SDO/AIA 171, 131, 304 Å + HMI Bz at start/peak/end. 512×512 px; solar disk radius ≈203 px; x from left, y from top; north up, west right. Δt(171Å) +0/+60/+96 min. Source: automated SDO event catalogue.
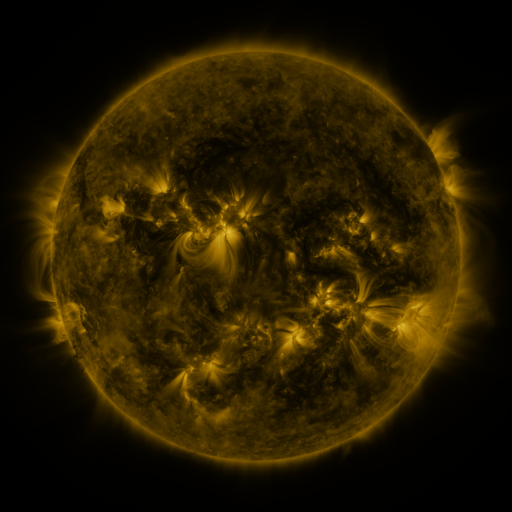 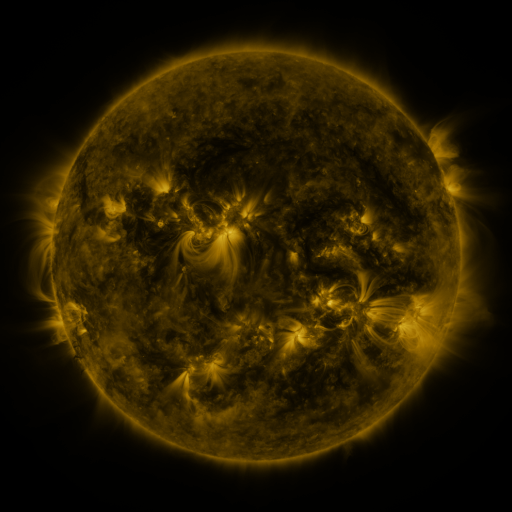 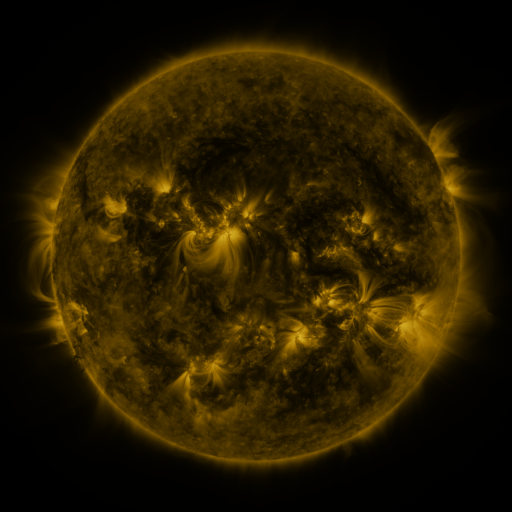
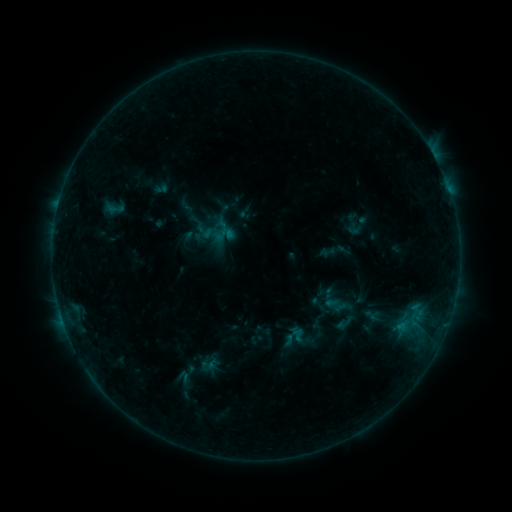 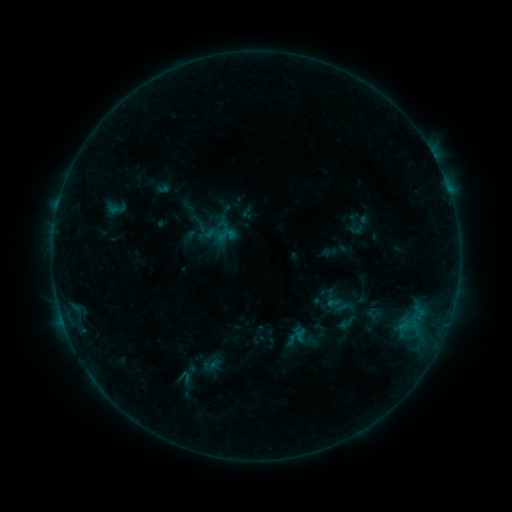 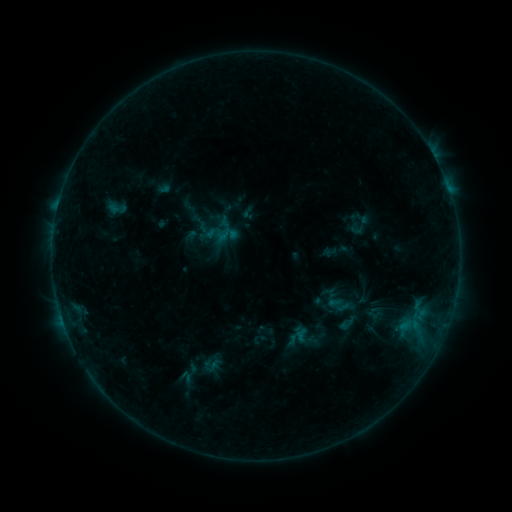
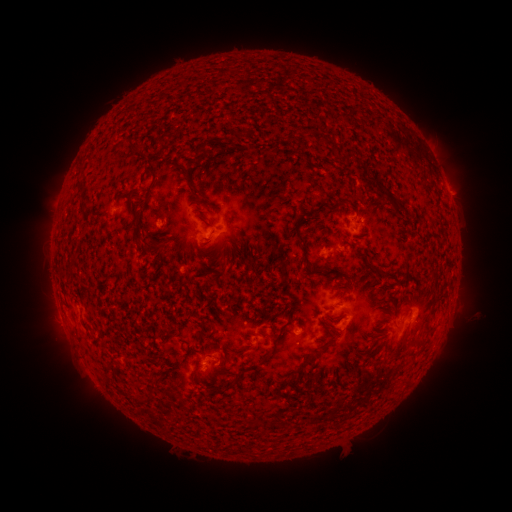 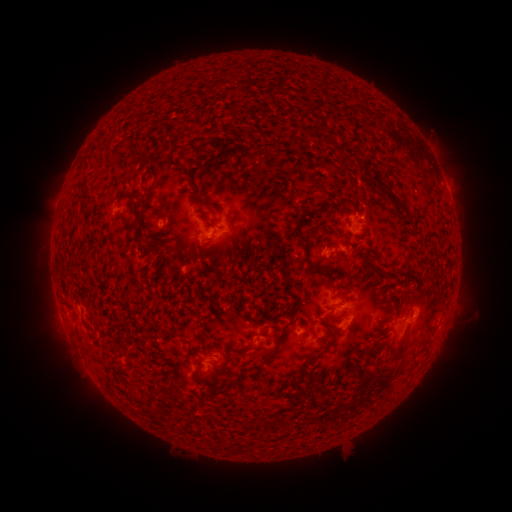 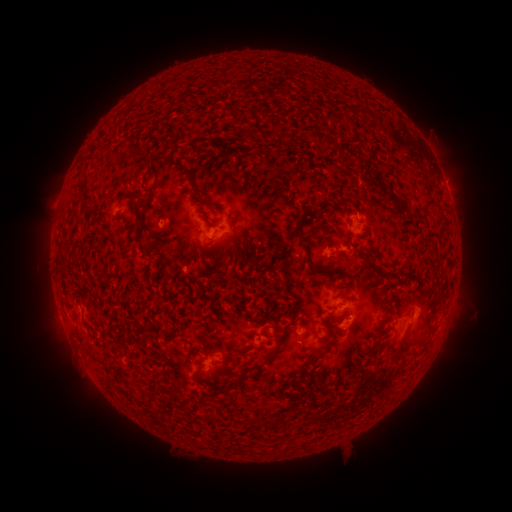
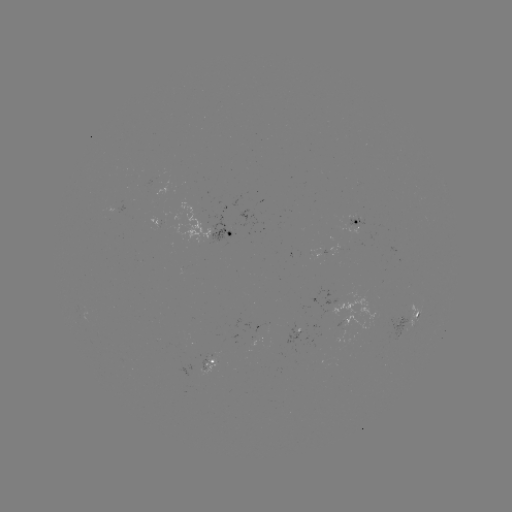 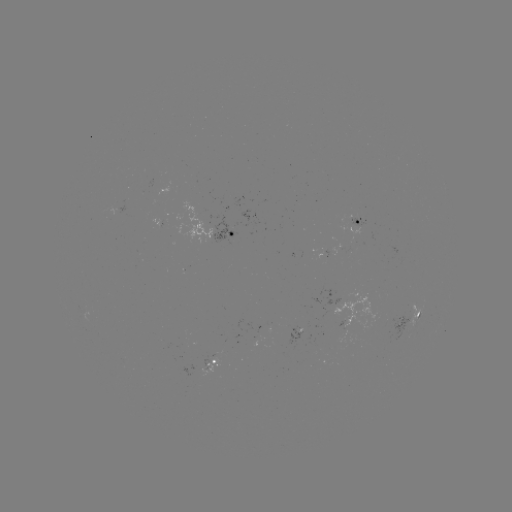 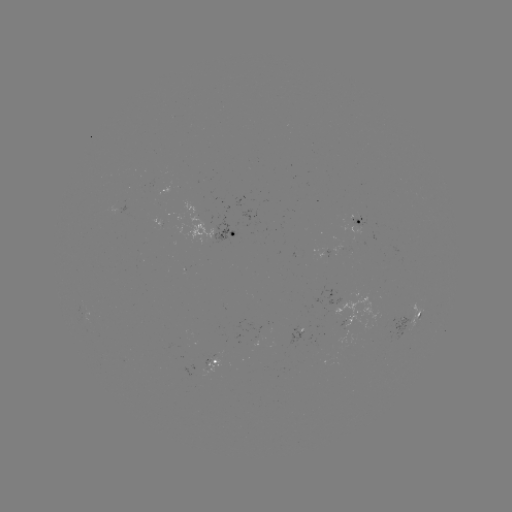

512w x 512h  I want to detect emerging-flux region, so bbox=[161, 208, 167, 221].